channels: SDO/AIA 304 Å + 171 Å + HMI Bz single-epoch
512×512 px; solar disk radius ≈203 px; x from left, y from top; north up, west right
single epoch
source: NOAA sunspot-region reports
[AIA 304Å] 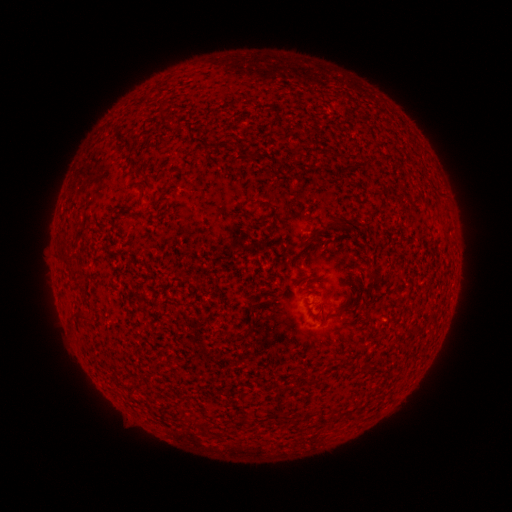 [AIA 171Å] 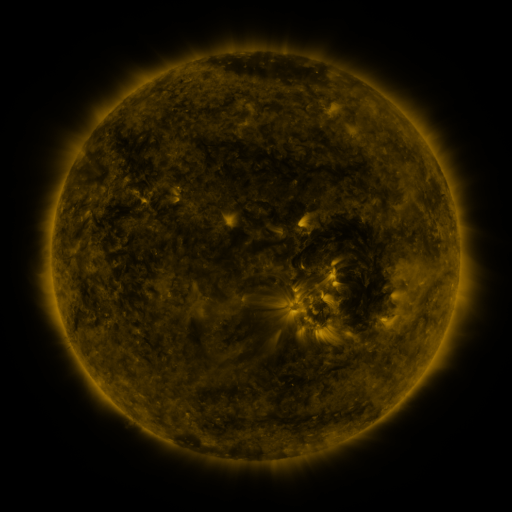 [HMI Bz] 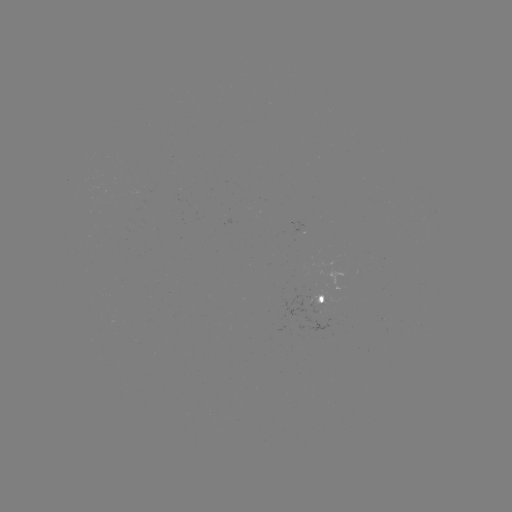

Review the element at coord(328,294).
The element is spotted active region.